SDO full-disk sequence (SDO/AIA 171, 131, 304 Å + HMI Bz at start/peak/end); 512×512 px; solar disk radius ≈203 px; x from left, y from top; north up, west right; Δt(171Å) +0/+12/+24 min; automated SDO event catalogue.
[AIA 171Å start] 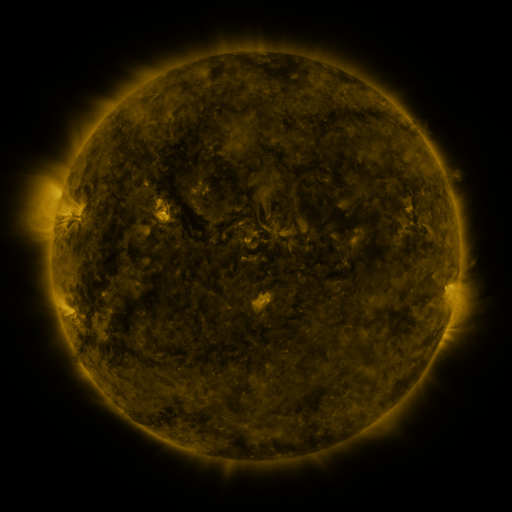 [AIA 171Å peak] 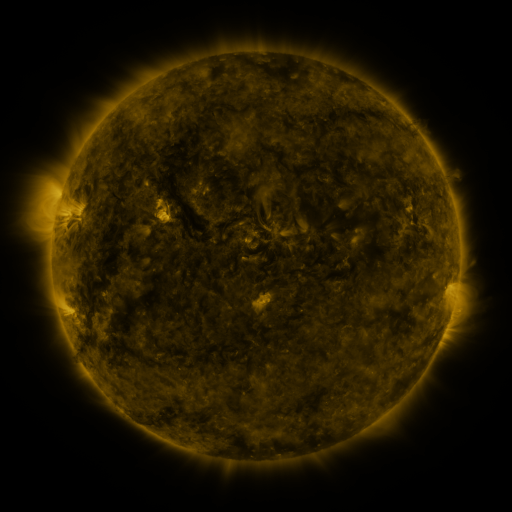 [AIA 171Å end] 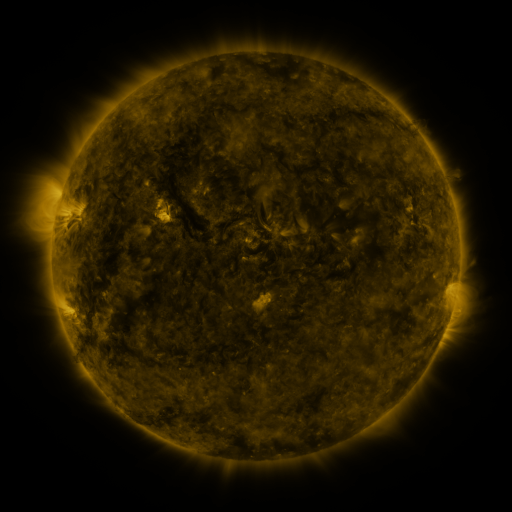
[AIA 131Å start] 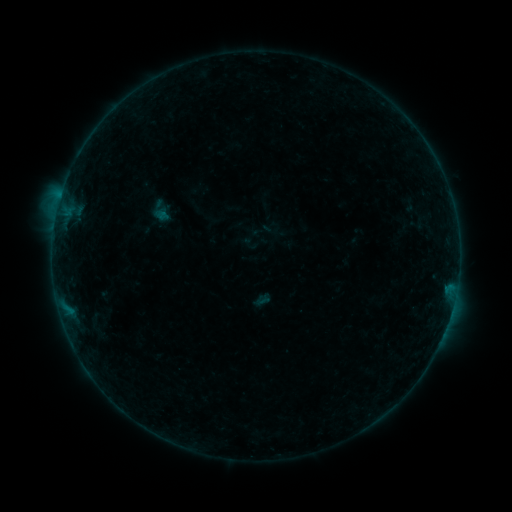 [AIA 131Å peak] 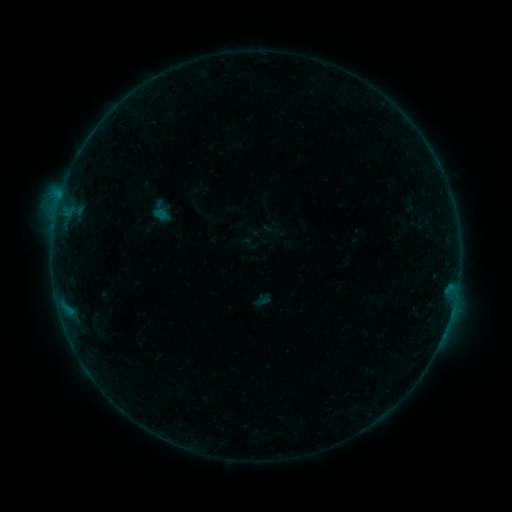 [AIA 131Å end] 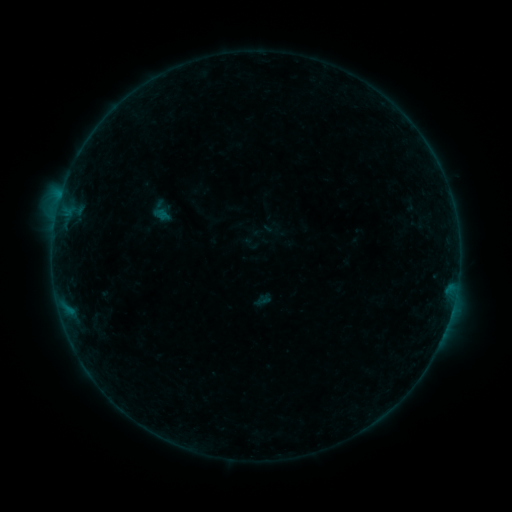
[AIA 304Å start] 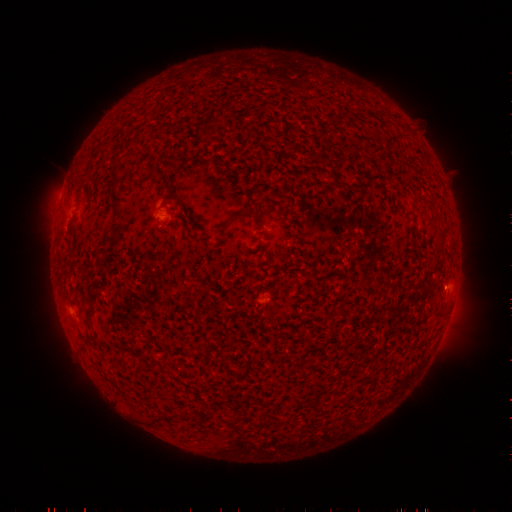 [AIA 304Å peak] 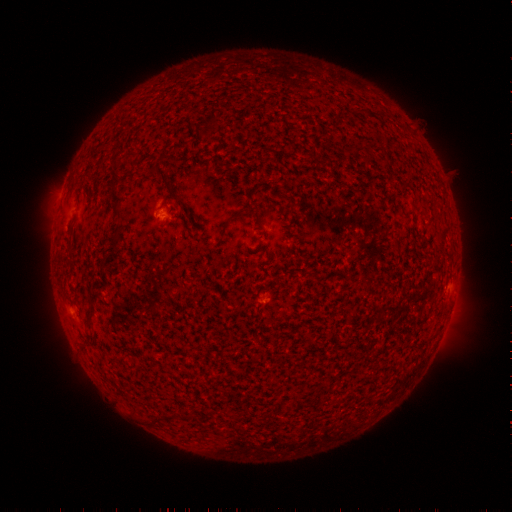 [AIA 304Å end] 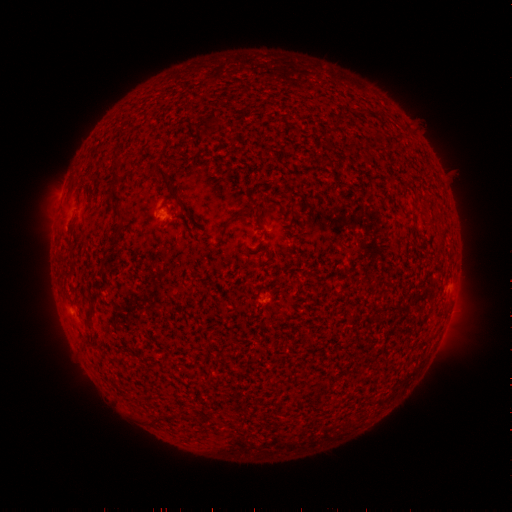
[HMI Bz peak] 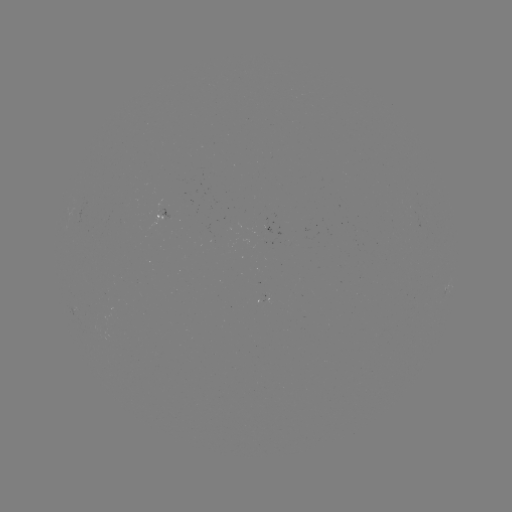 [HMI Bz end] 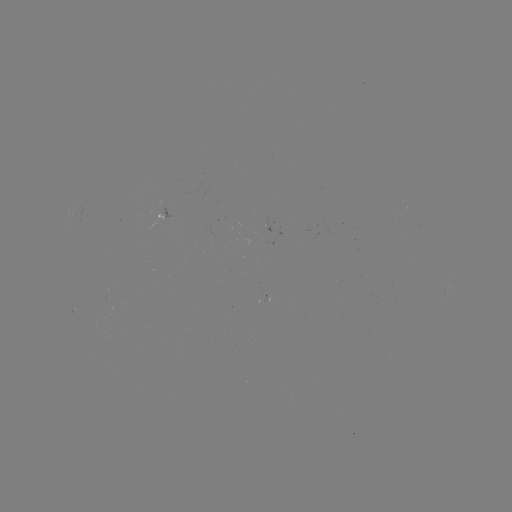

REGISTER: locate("B1.8 flare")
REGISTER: (160, 212)